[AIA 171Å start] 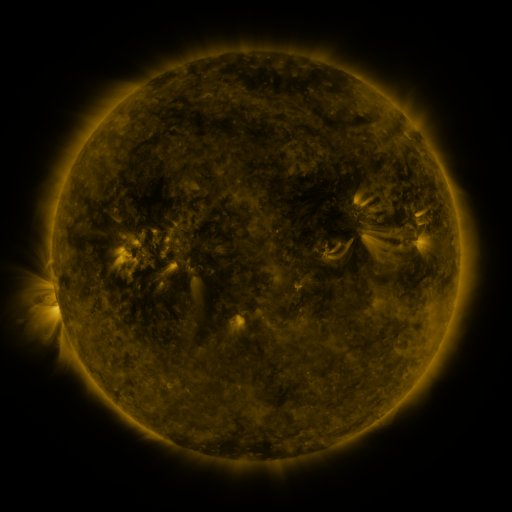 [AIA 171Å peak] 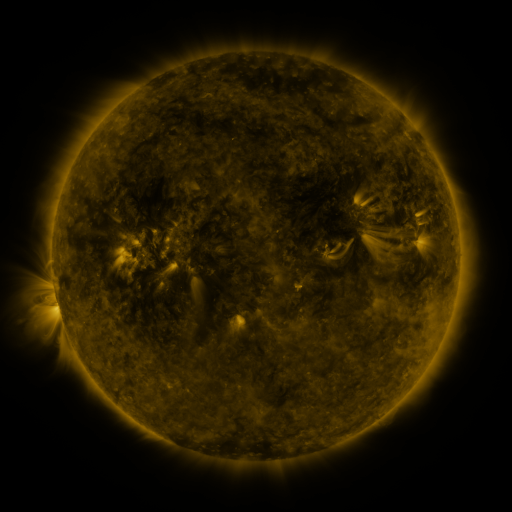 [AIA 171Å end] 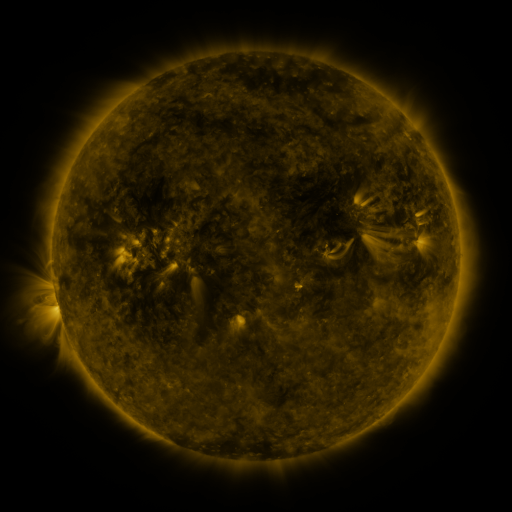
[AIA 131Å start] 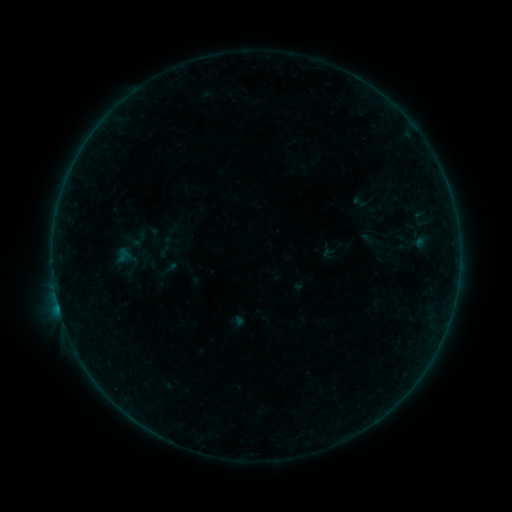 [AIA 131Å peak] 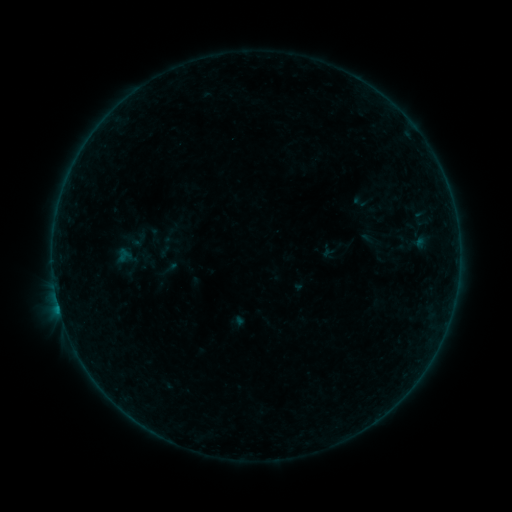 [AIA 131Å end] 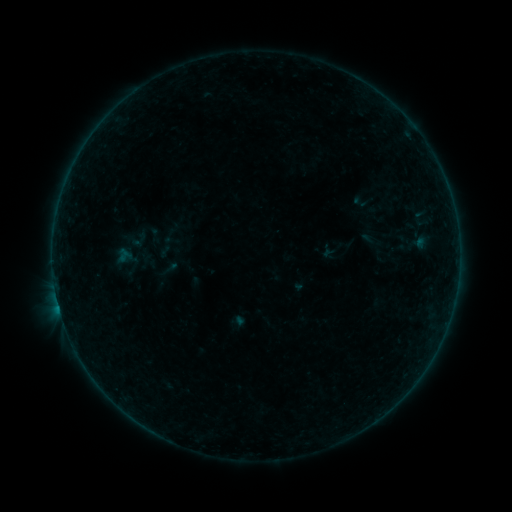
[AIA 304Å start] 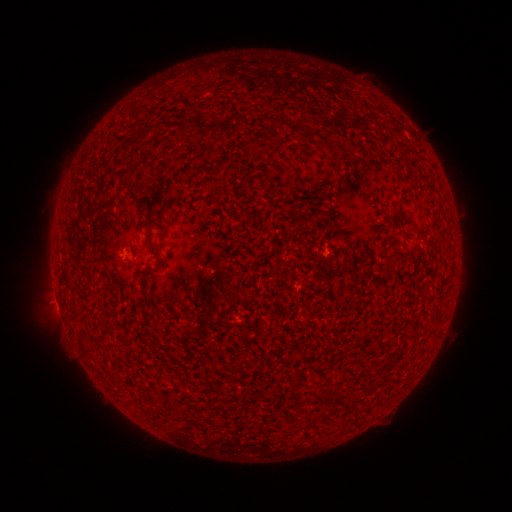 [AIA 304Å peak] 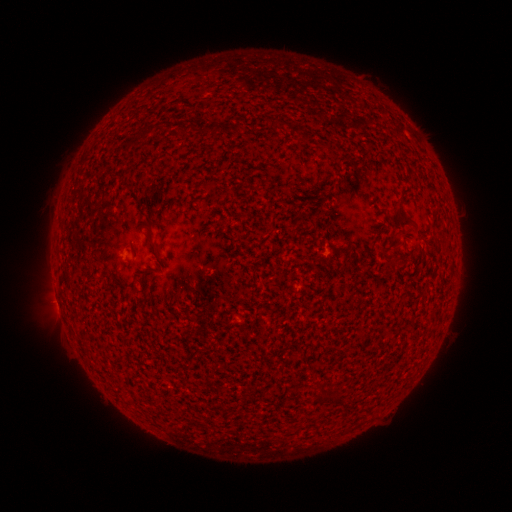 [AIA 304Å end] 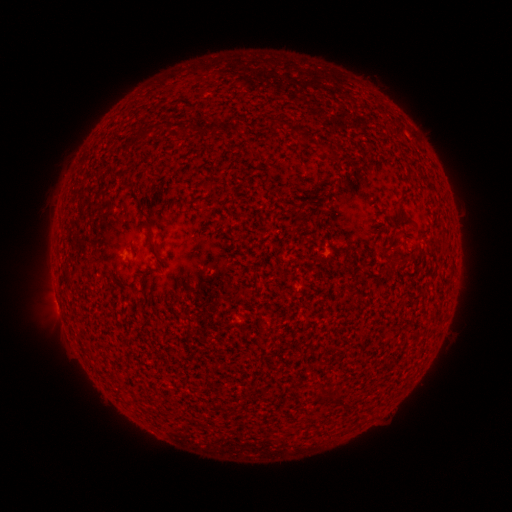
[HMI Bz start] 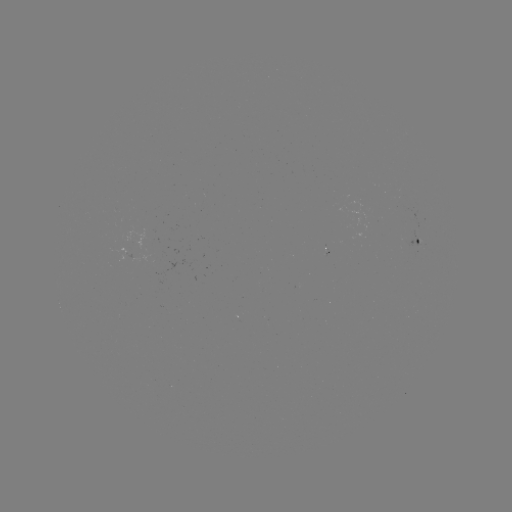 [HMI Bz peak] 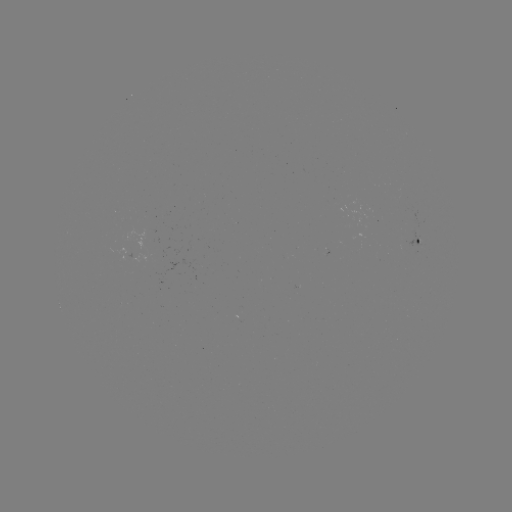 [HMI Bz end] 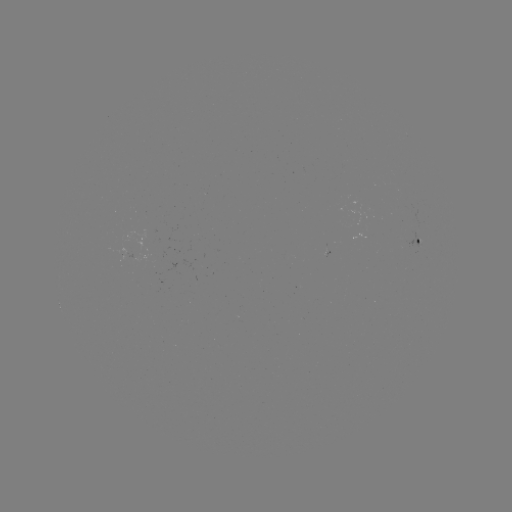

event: flare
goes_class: B1.2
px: (60, 309)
